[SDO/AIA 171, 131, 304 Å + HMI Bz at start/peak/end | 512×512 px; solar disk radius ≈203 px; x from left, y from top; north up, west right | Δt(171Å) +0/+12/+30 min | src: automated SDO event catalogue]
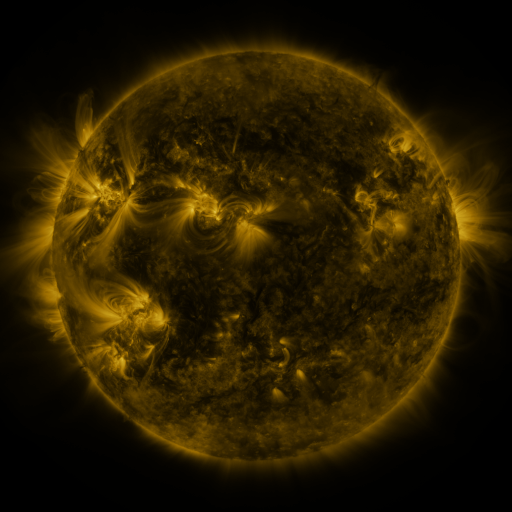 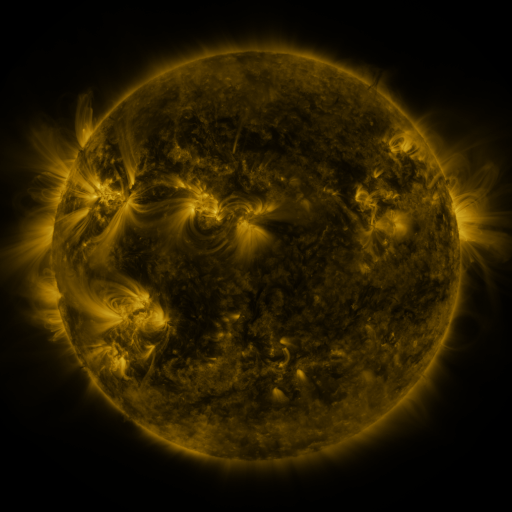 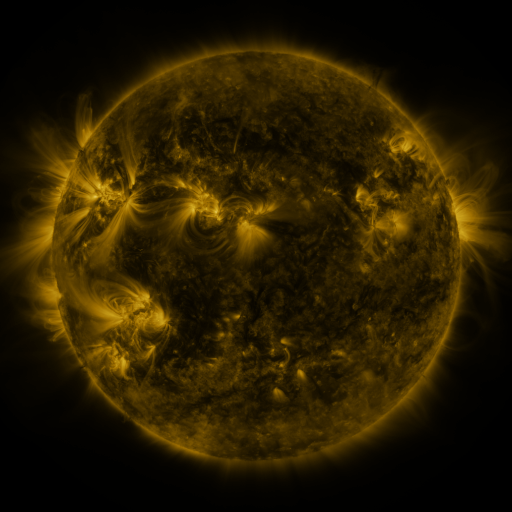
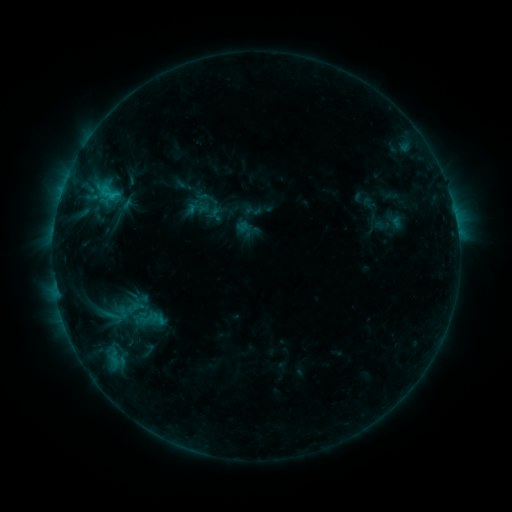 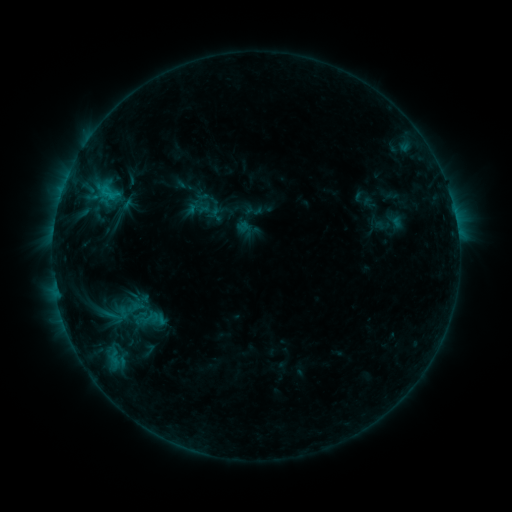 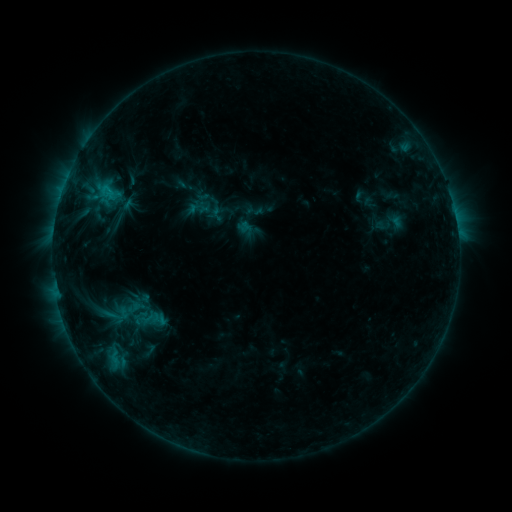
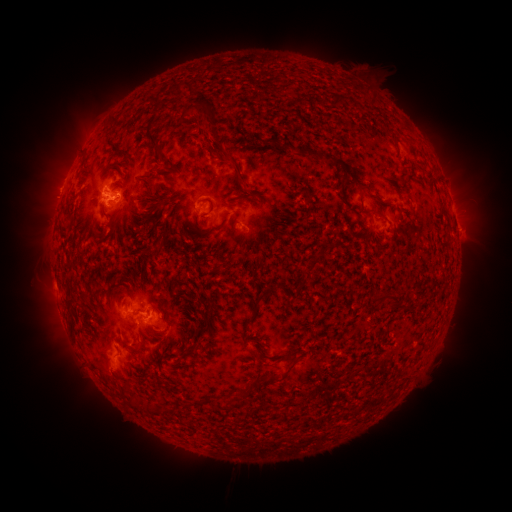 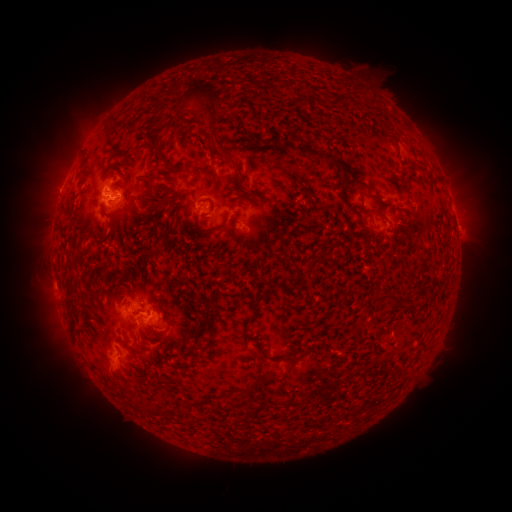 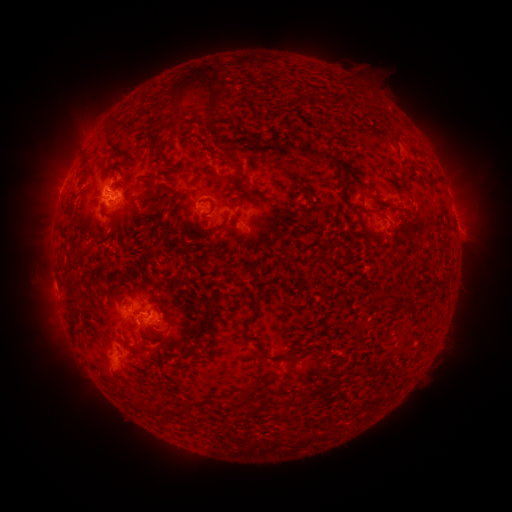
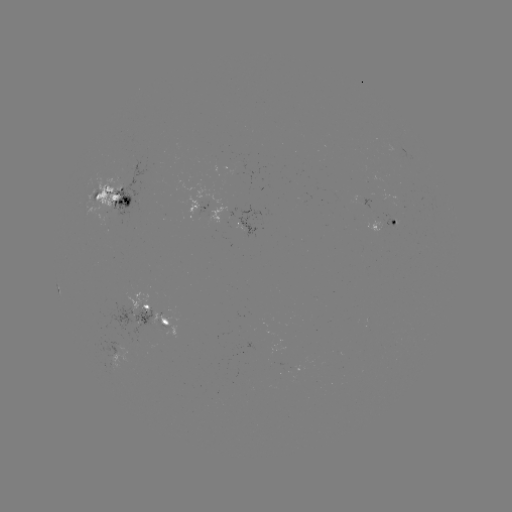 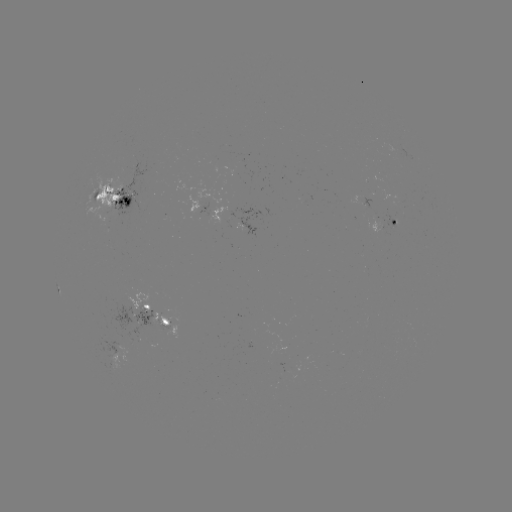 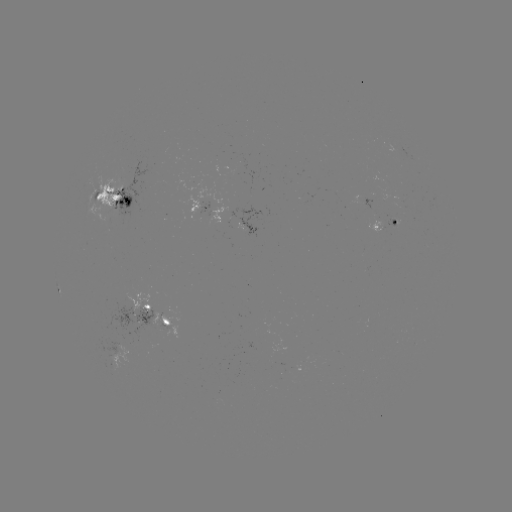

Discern eruption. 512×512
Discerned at (207, 117).